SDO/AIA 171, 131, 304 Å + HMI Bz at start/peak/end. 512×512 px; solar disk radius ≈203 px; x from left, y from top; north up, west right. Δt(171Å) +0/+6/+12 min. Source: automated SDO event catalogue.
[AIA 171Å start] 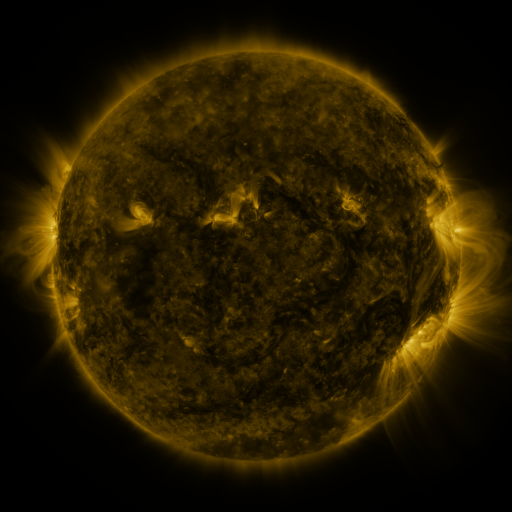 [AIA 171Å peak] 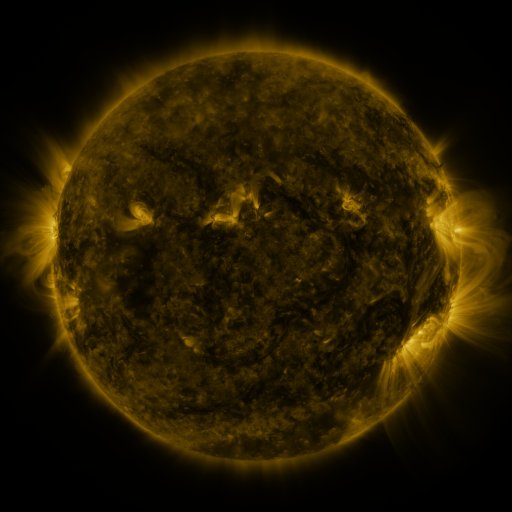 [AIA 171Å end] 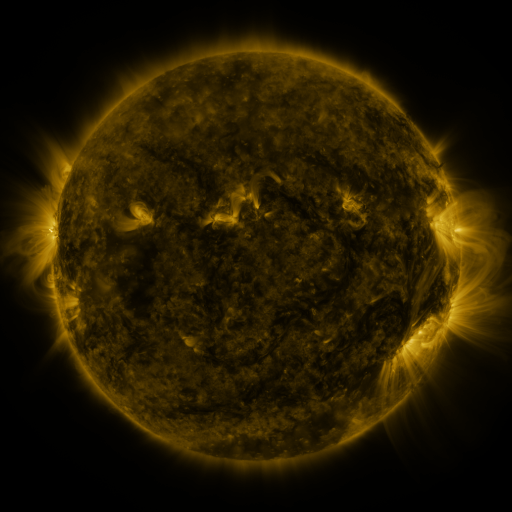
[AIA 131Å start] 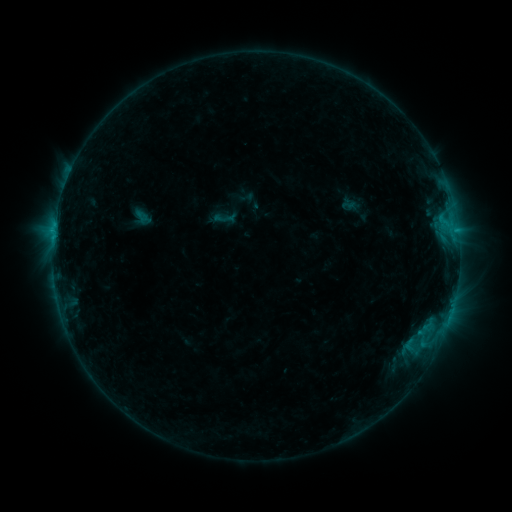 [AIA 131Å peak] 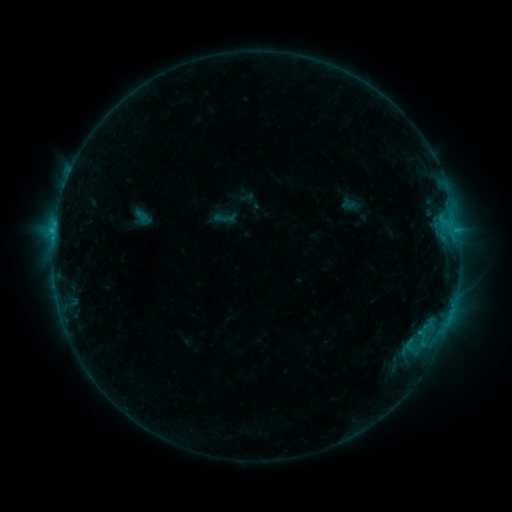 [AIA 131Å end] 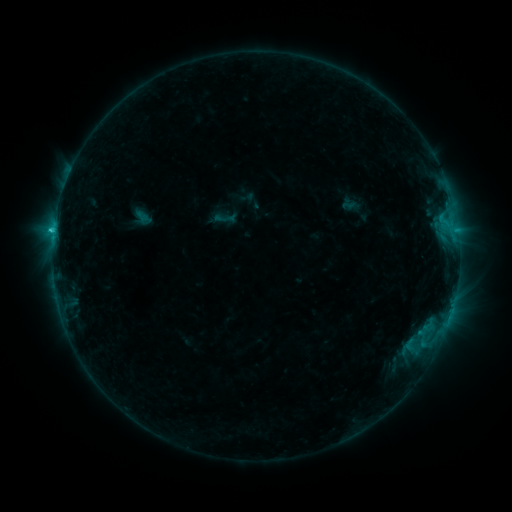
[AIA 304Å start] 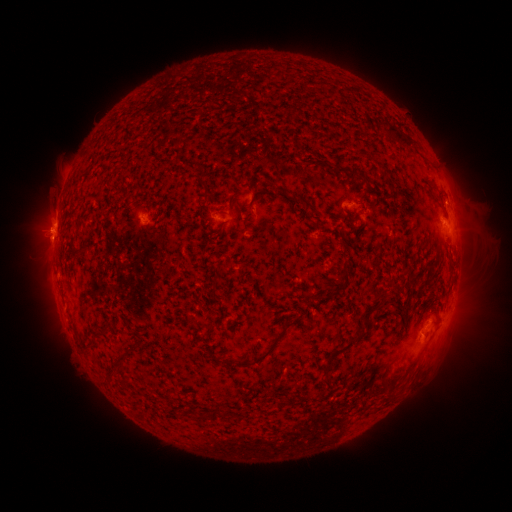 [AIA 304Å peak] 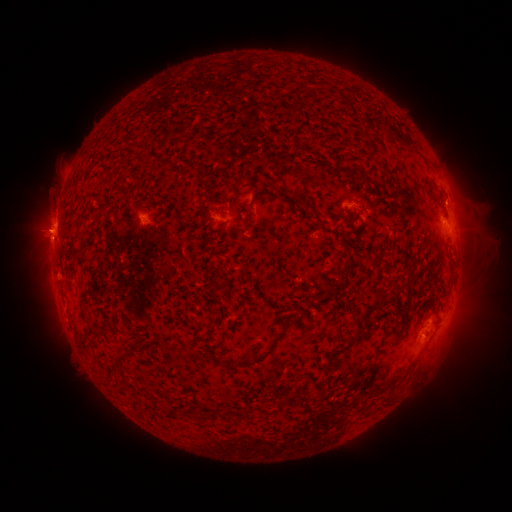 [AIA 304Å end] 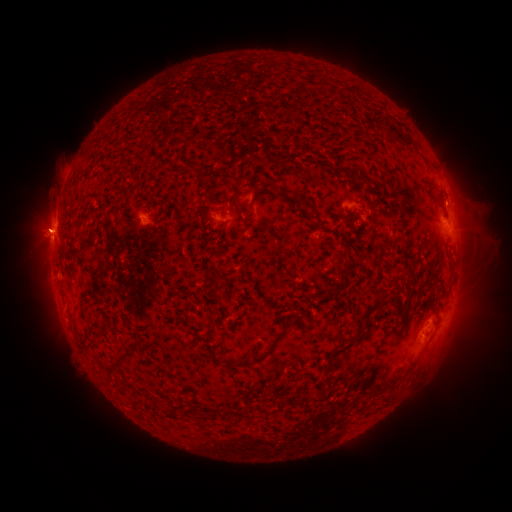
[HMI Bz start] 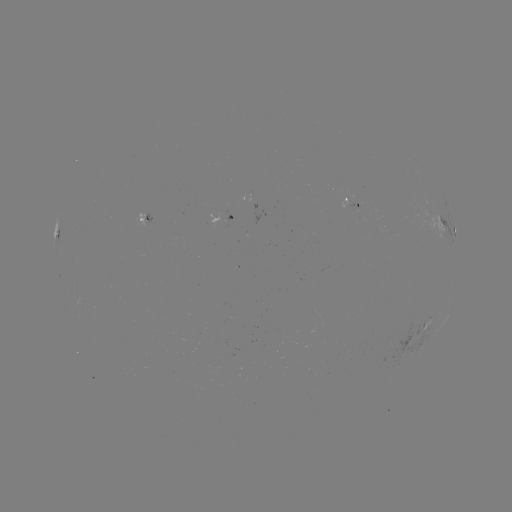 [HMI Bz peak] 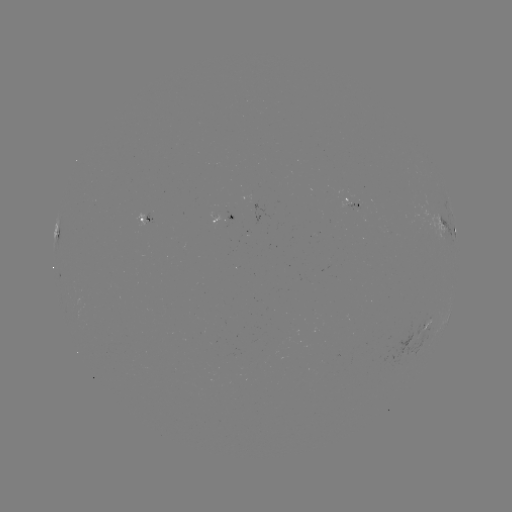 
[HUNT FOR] C1.5 flare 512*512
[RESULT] (55, 233)